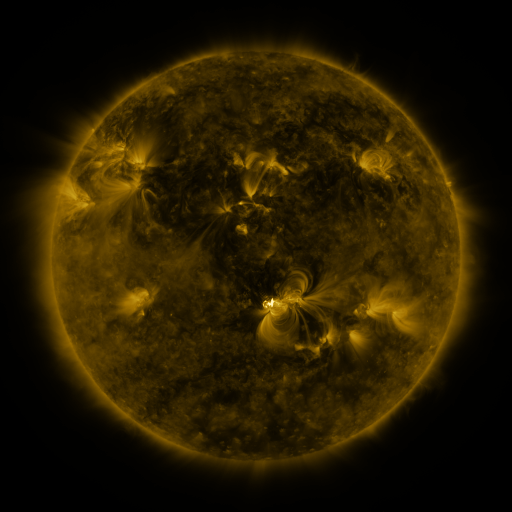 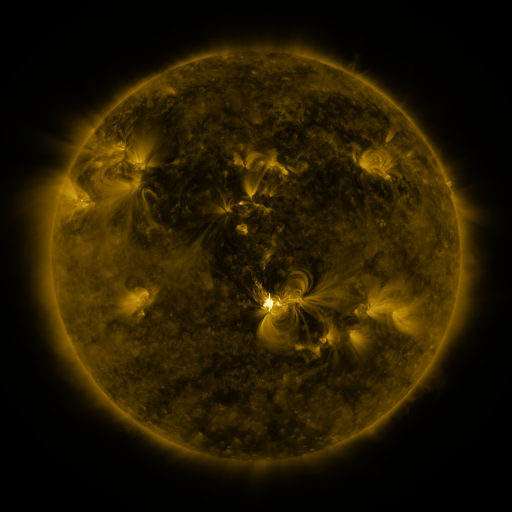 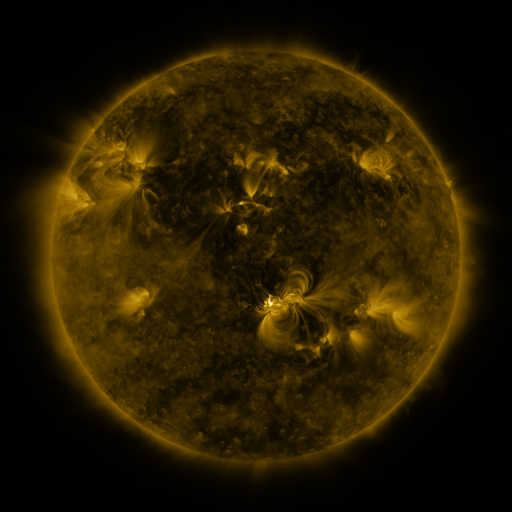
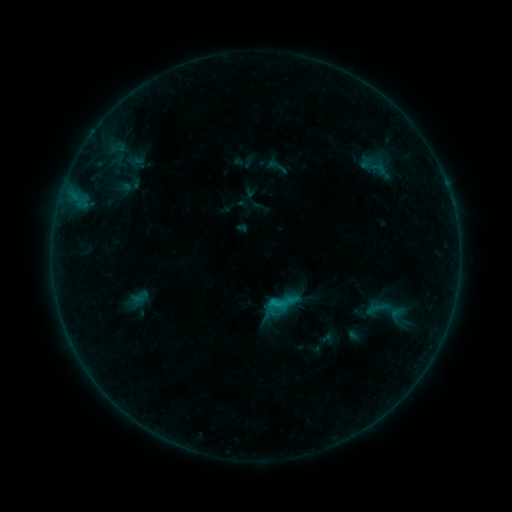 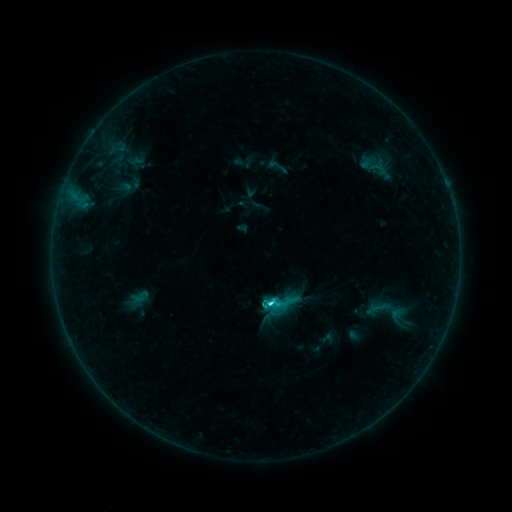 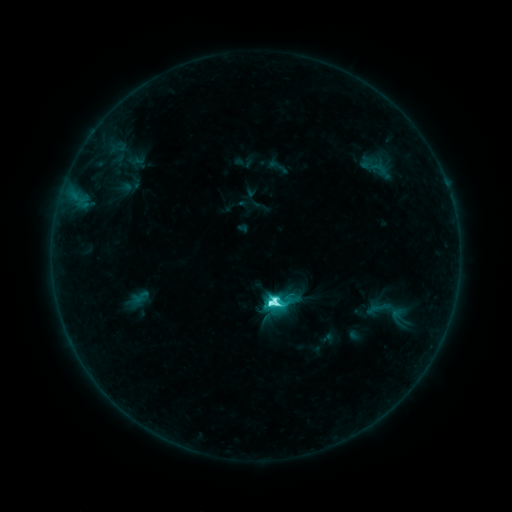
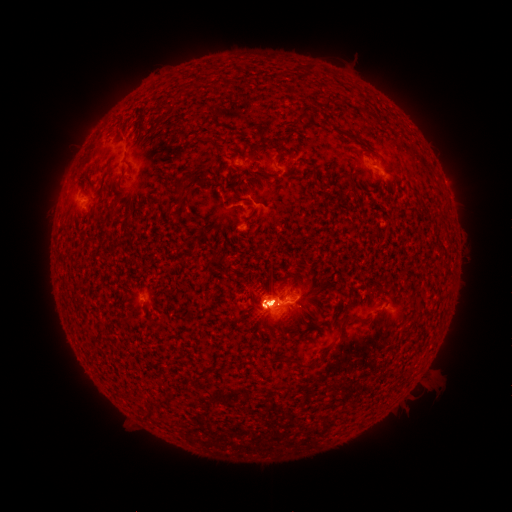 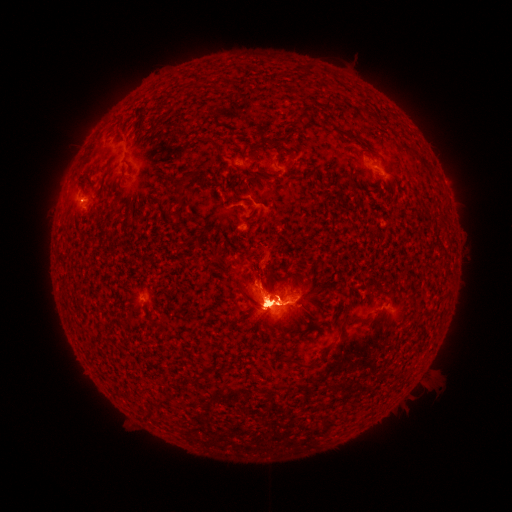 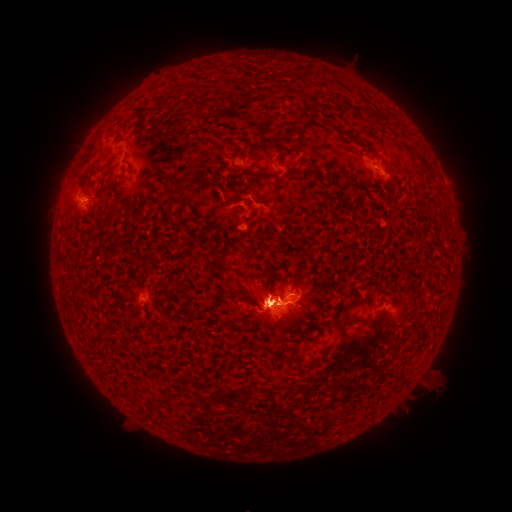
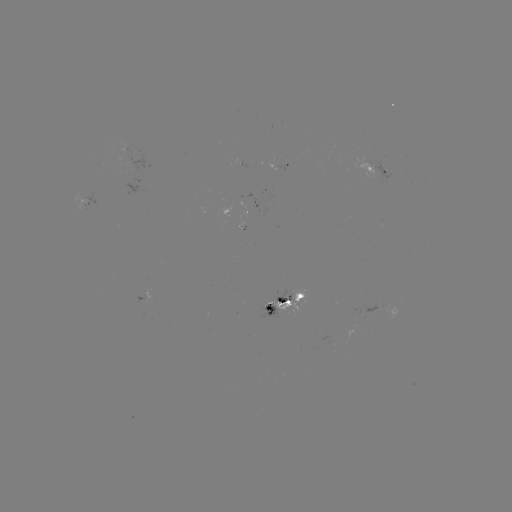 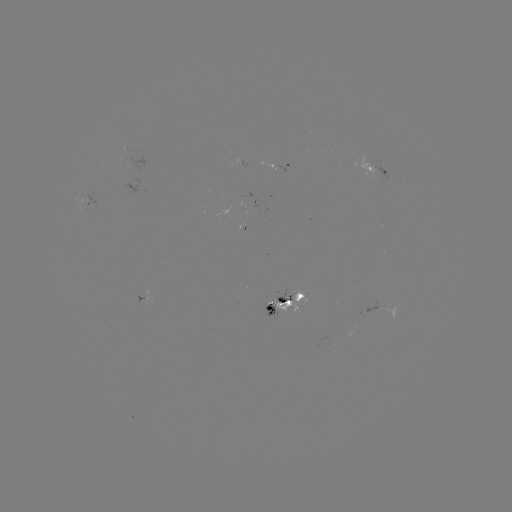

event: eruption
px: (79, 350)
